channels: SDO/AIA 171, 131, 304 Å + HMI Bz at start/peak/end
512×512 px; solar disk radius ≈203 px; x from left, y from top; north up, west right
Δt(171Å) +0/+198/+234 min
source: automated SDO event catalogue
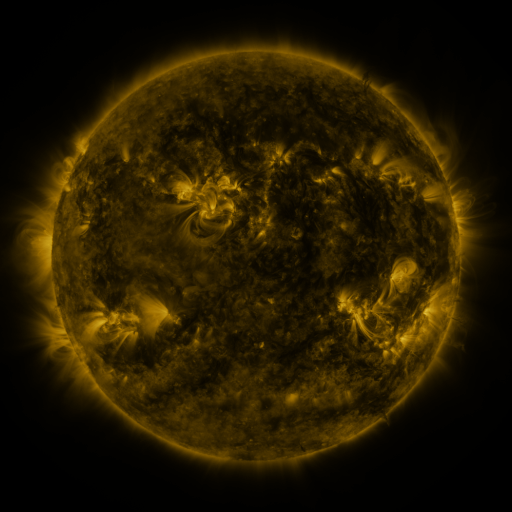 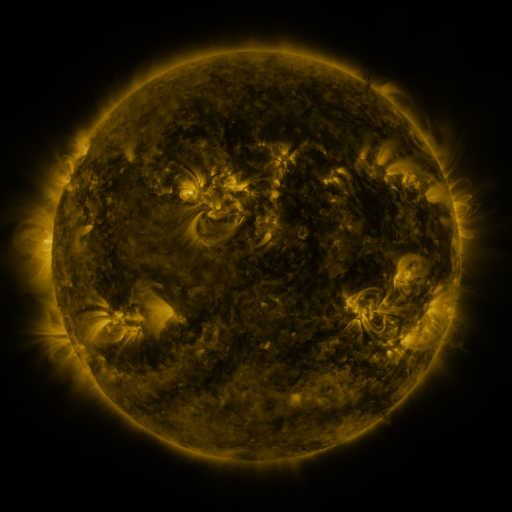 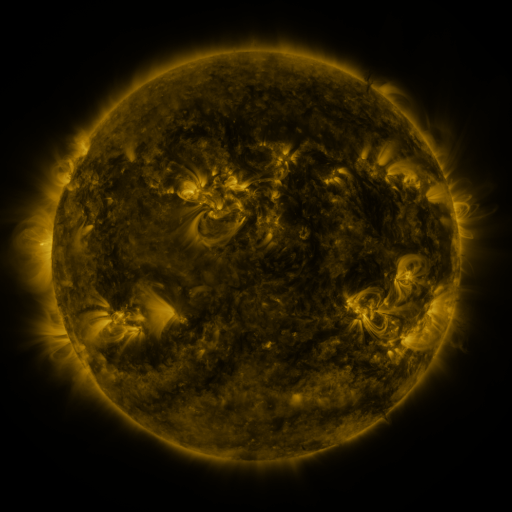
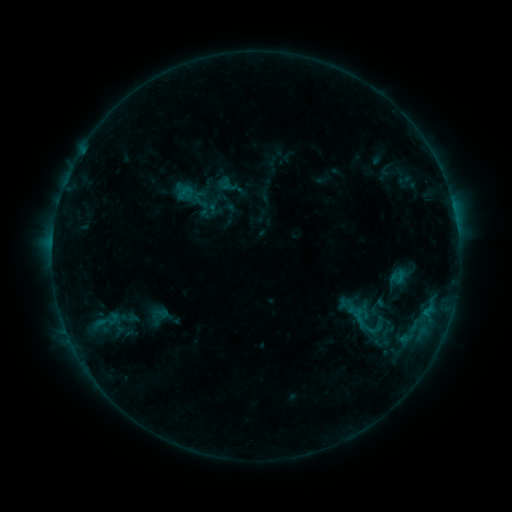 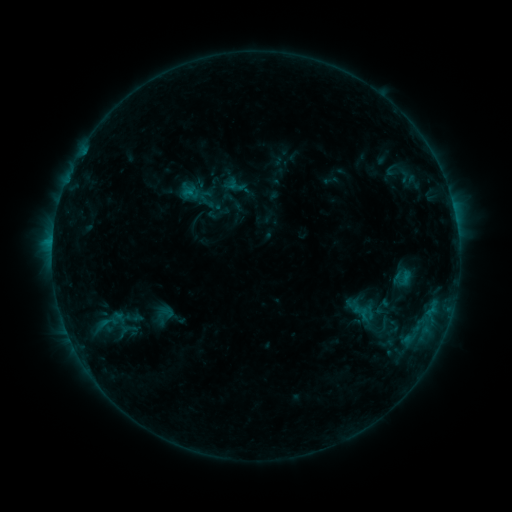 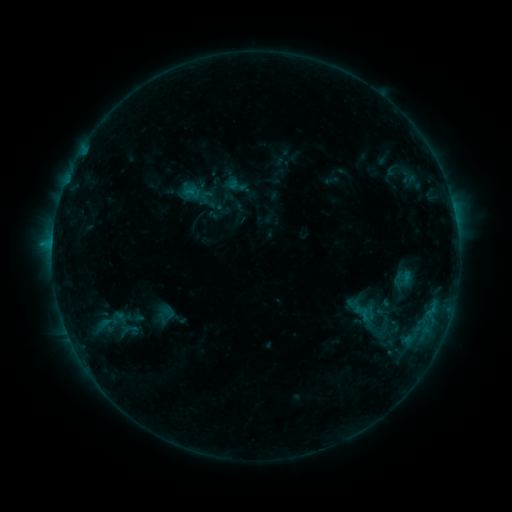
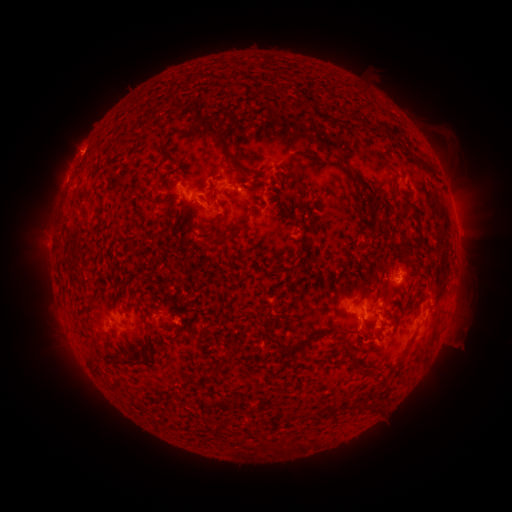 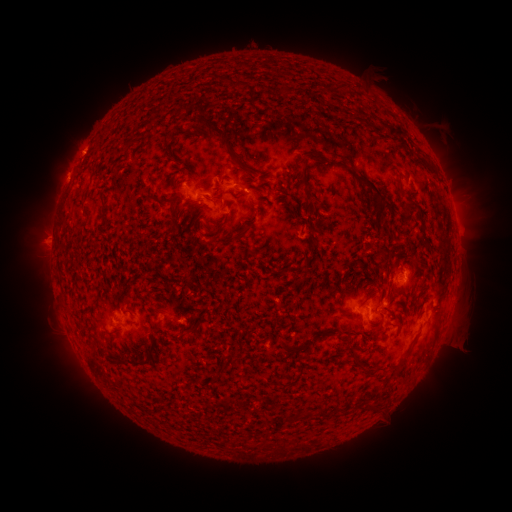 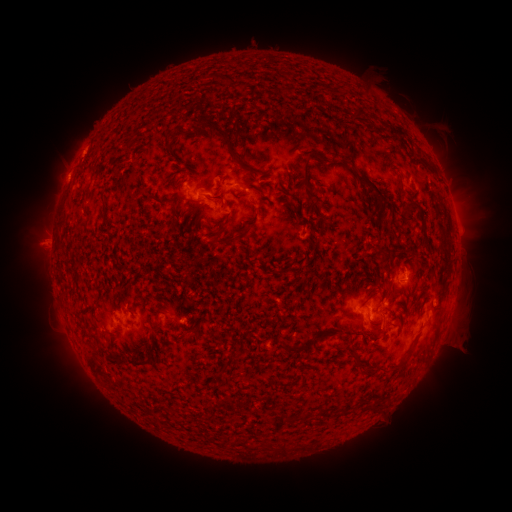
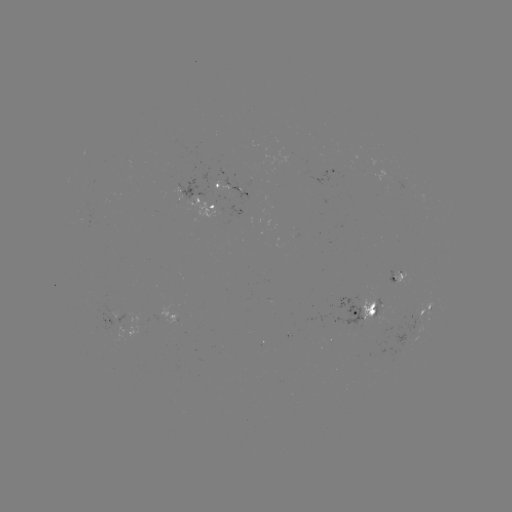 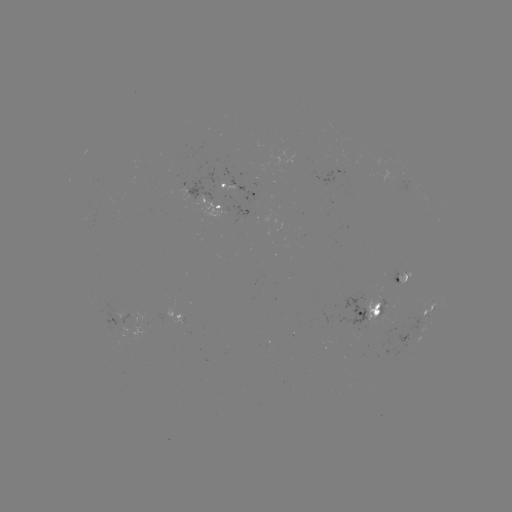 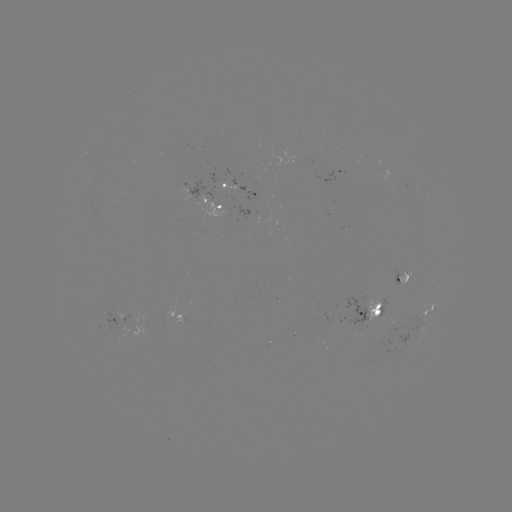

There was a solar emerging-flux region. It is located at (370, 318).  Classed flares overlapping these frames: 1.